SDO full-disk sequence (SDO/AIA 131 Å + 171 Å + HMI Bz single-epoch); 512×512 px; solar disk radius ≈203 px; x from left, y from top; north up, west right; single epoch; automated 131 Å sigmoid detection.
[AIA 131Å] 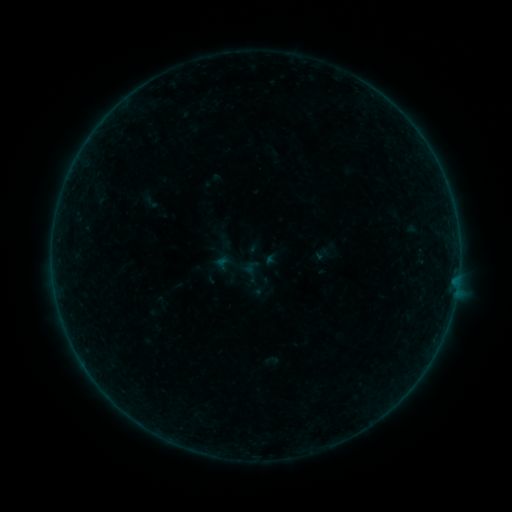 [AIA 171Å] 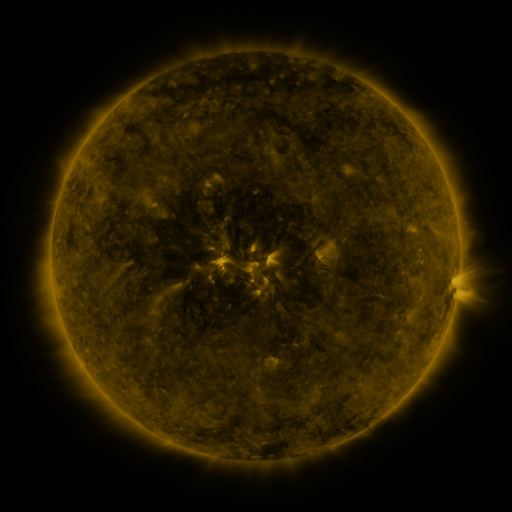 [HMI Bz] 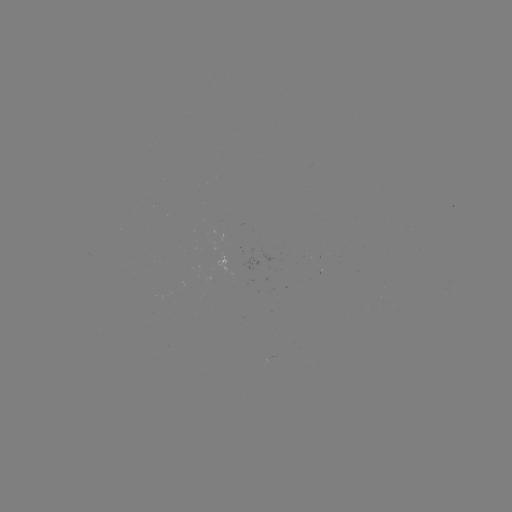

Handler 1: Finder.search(sigmoid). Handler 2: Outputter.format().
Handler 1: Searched sigmoid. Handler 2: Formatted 236,267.